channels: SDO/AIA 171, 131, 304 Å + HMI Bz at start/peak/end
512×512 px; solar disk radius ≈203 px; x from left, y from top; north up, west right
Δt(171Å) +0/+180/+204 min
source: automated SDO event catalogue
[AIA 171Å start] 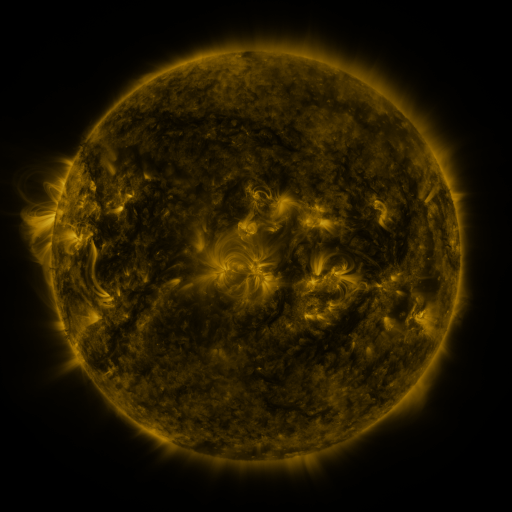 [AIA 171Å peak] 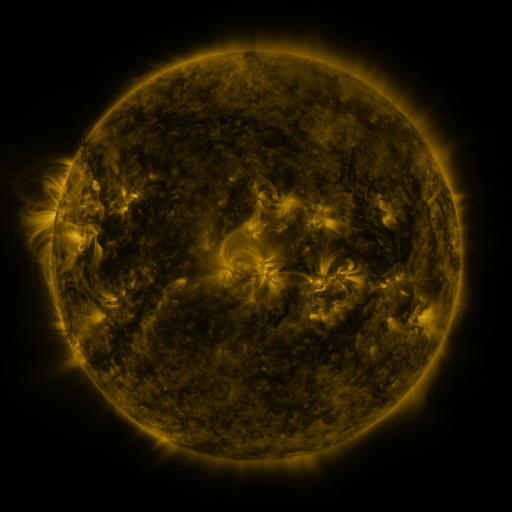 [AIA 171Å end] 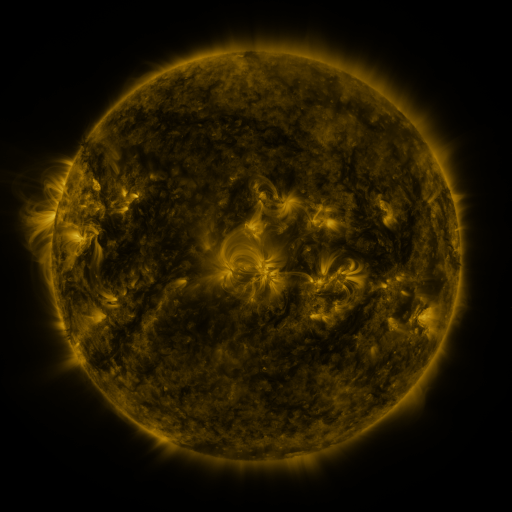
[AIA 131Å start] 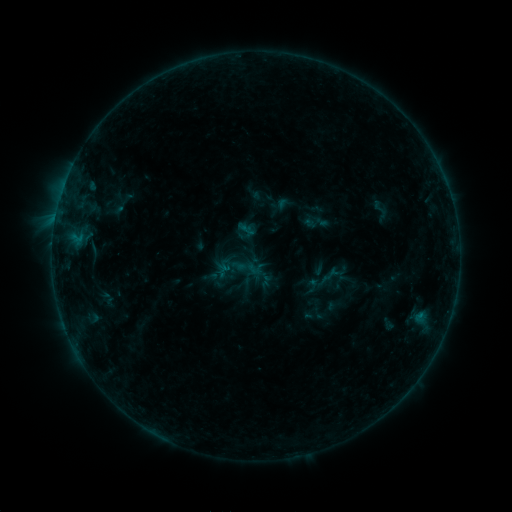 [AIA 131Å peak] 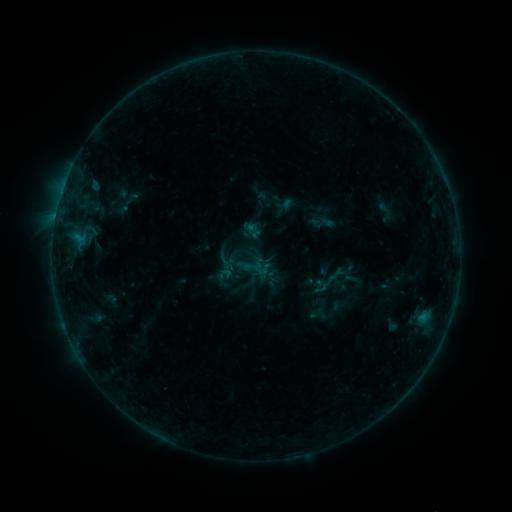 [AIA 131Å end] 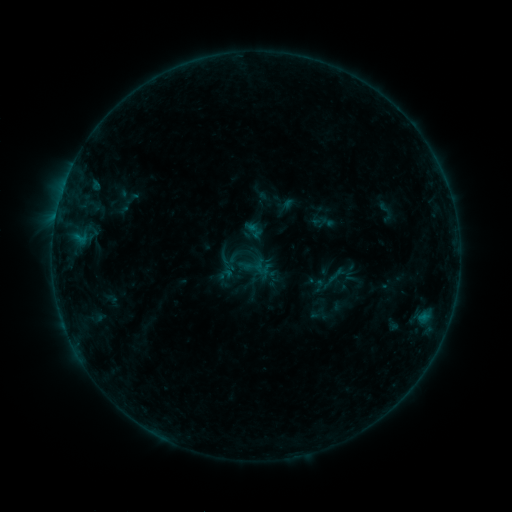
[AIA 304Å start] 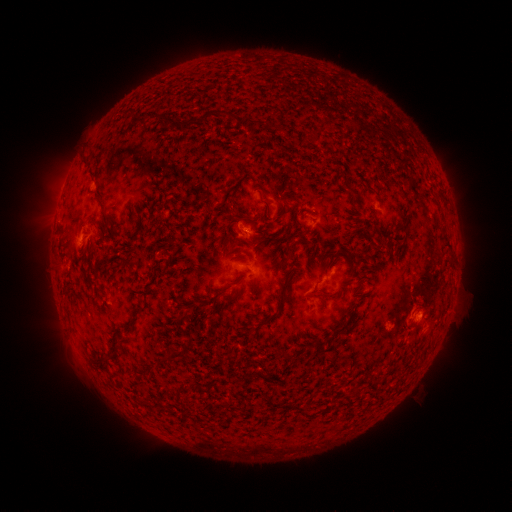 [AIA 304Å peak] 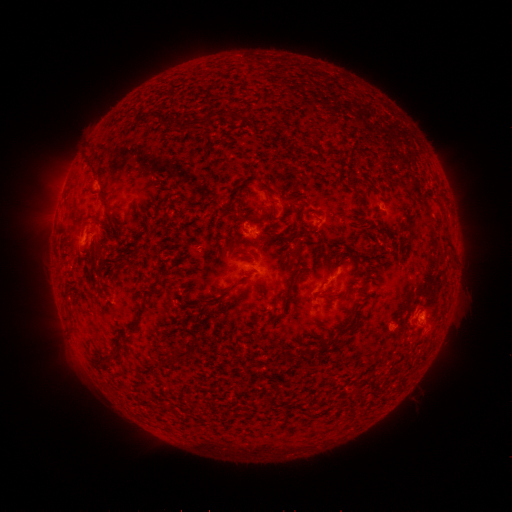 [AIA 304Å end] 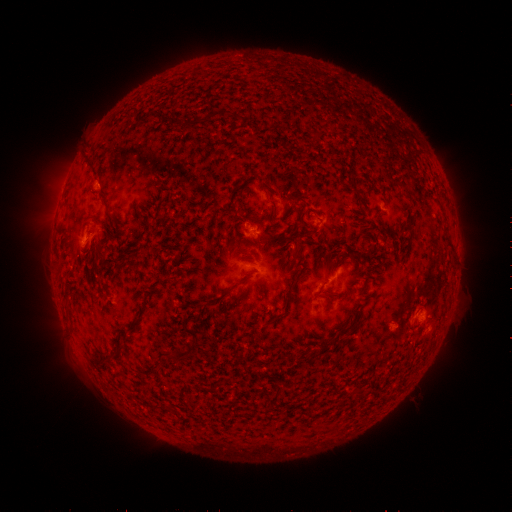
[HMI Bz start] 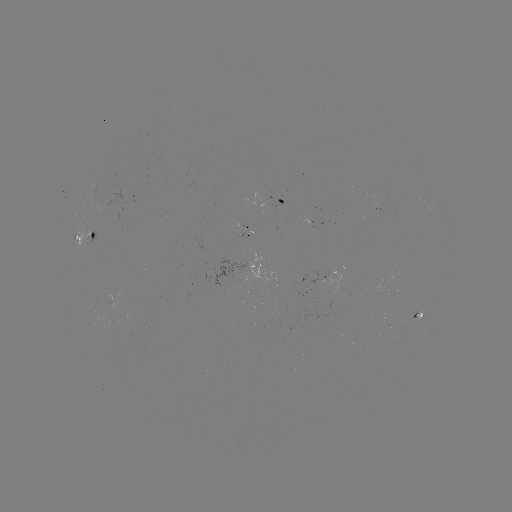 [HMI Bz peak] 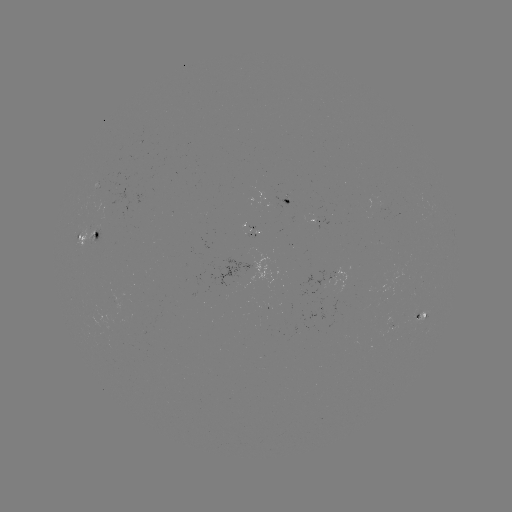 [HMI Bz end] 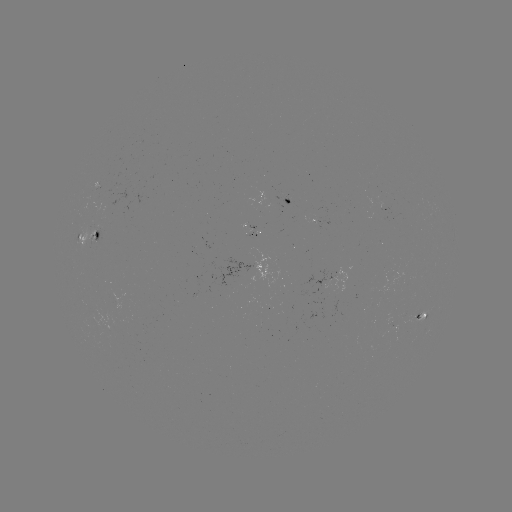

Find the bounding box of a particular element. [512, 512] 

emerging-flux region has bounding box [412, 310, 420, 320].